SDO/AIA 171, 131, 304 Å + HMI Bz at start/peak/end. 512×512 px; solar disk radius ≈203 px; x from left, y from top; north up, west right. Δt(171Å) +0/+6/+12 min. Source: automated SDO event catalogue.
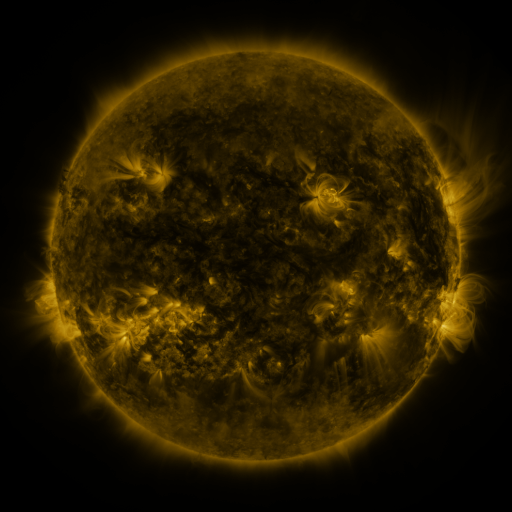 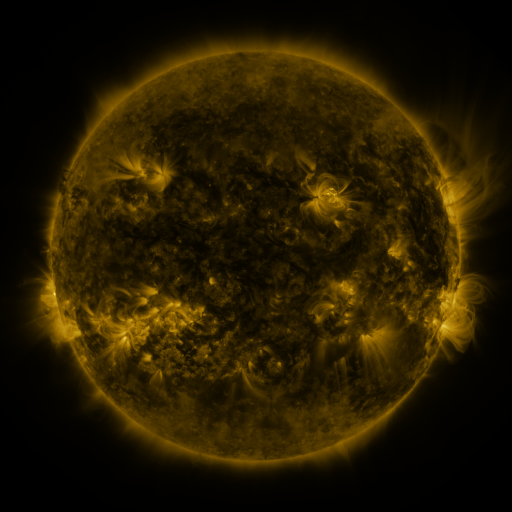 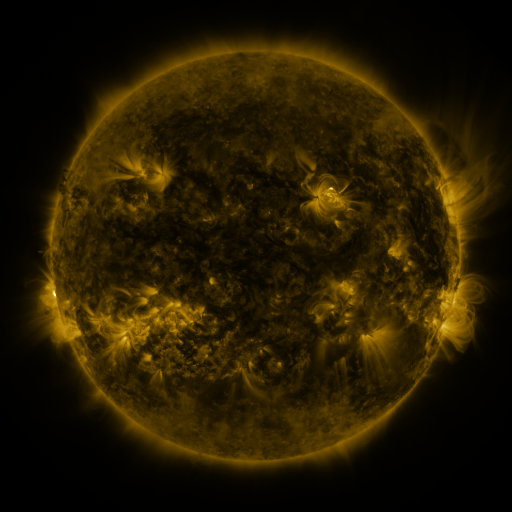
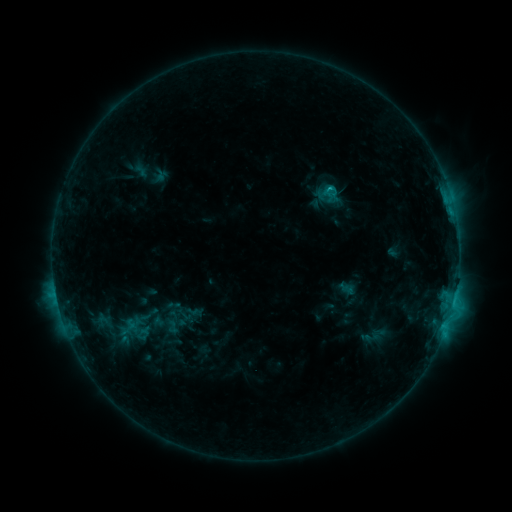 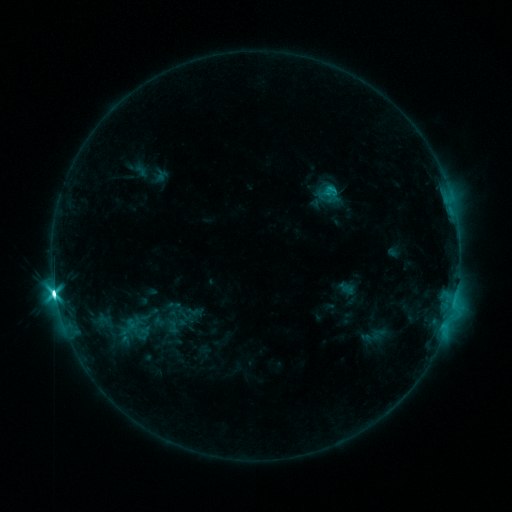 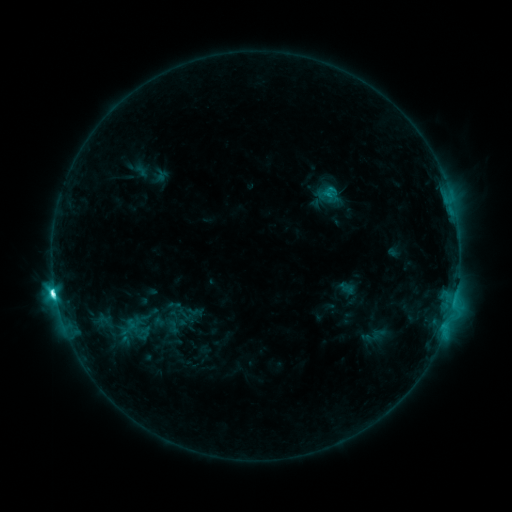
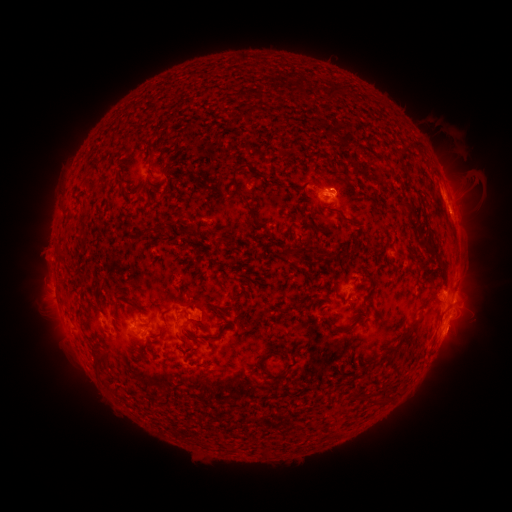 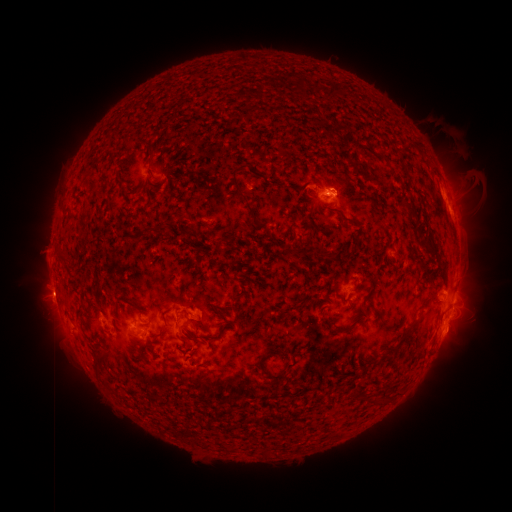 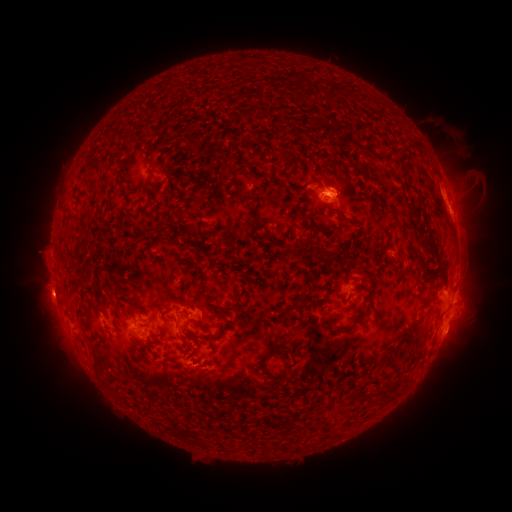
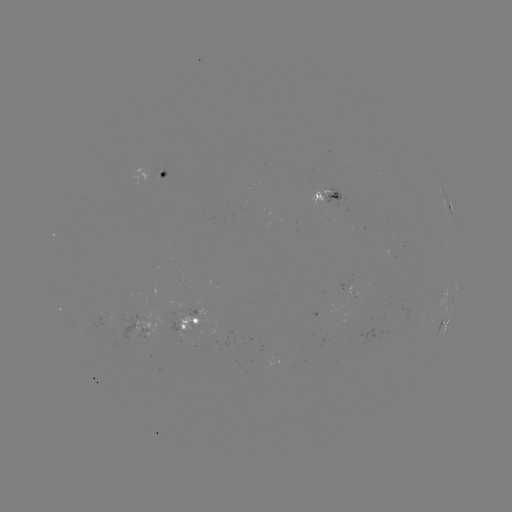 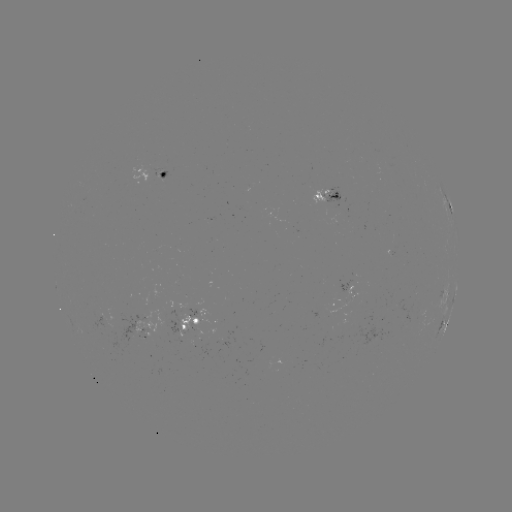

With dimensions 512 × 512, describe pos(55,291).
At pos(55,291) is M1.4 flare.